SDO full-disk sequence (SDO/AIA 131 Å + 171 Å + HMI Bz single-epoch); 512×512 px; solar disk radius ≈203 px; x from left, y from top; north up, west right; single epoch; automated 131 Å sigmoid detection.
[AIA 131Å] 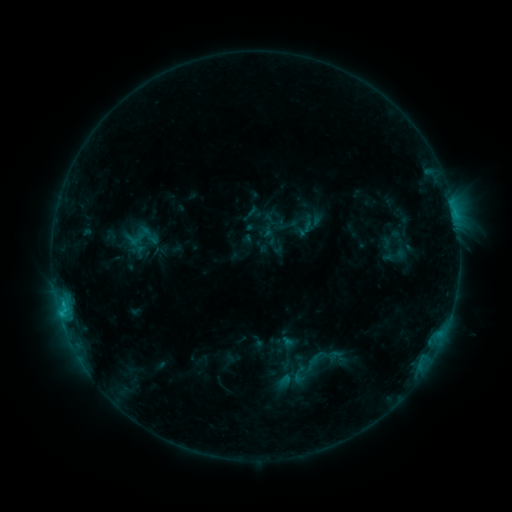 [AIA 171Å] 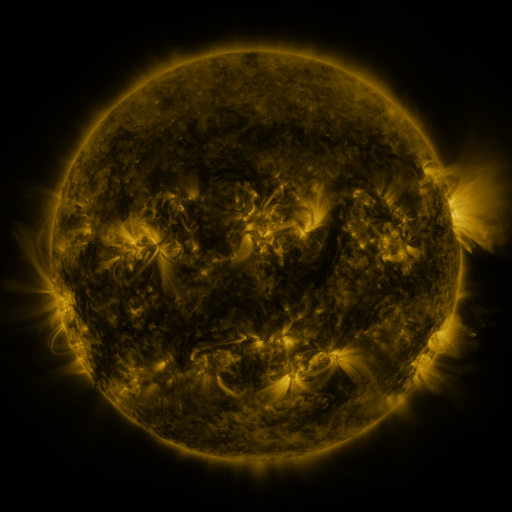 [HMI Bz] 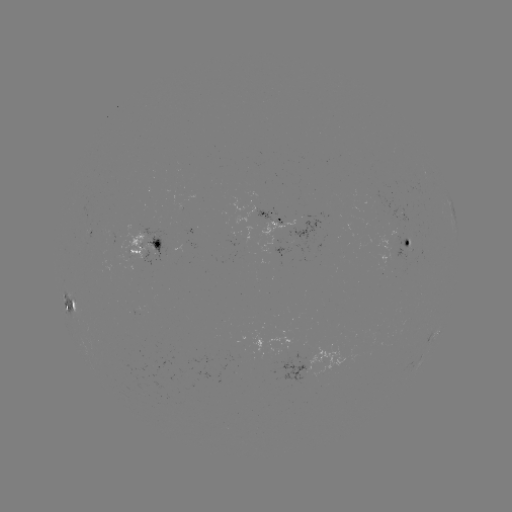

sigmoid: <bbox>288, 363, 310, 385</bbox>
